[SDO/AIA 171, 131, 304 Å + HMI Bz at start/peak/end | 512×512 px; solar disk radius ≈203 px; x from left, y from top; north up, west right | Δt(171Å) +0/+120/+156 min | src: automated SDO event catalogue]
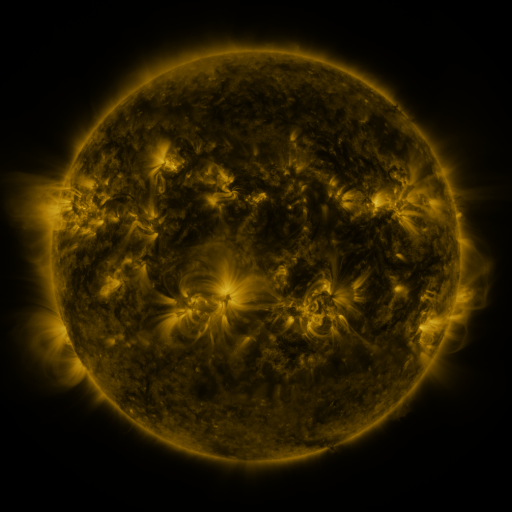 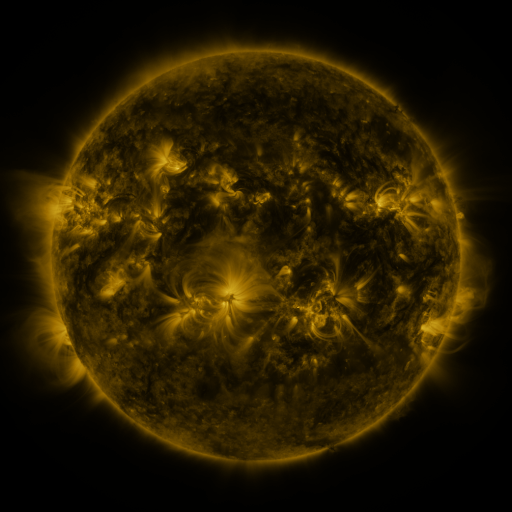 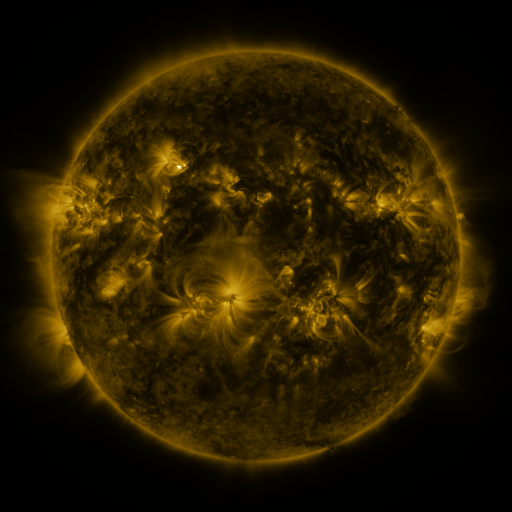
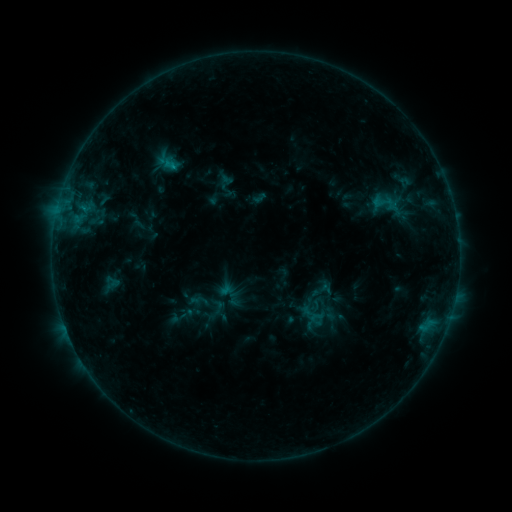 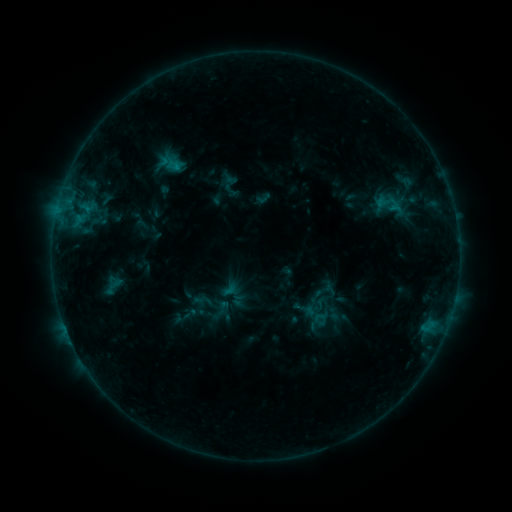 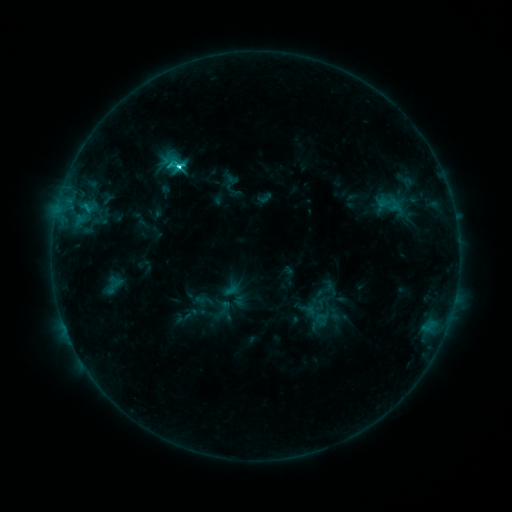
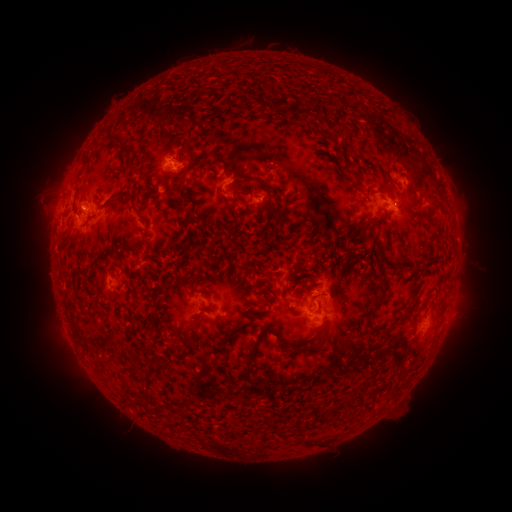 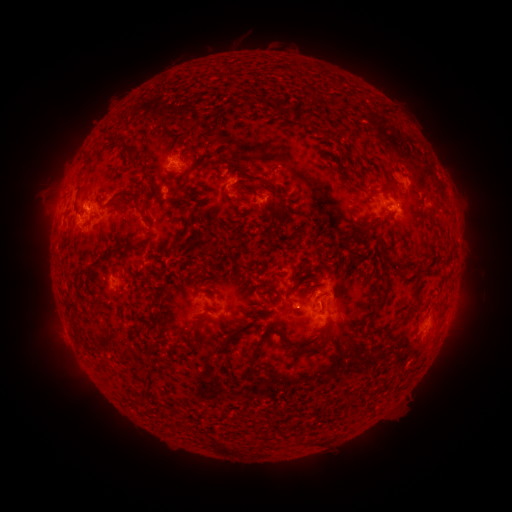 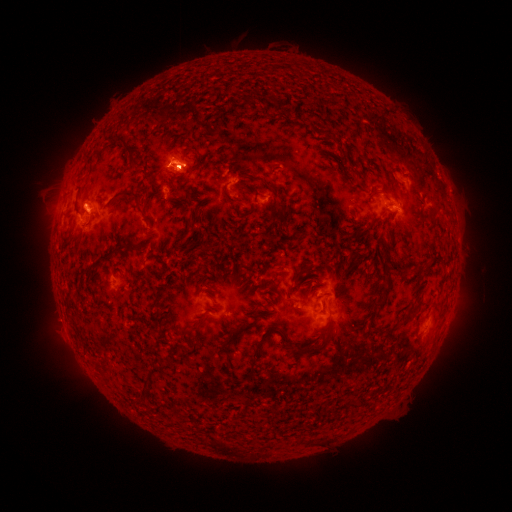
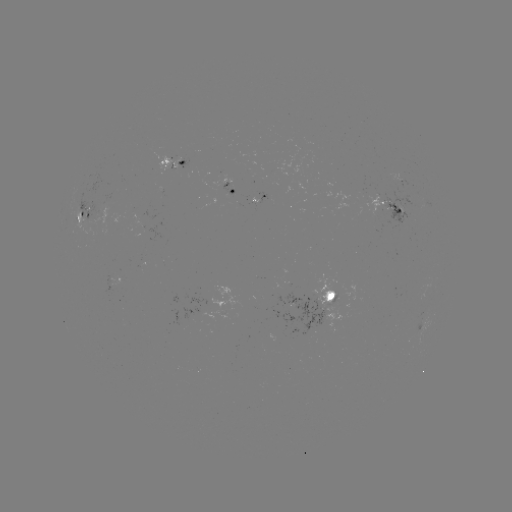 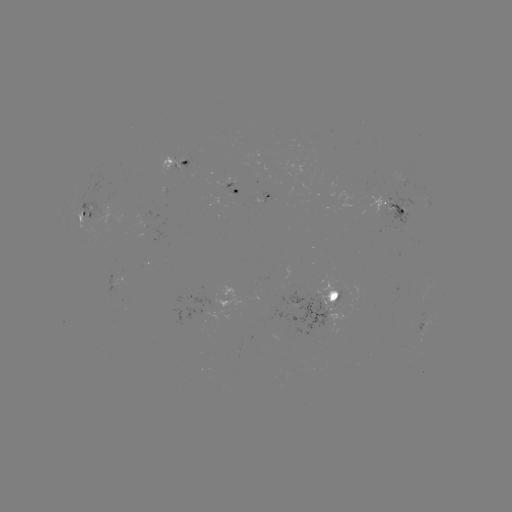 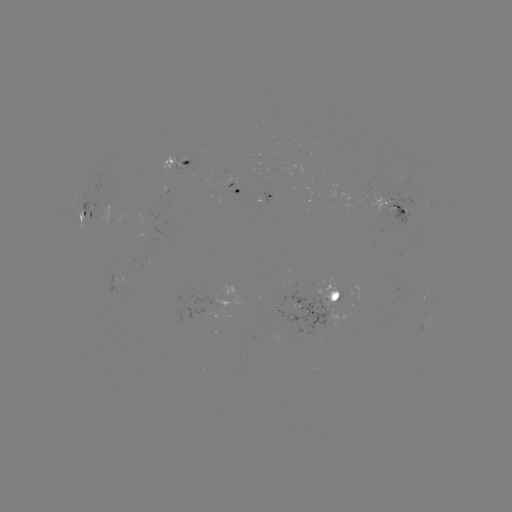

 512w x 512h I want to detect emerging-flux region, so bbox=[216, 310, 232, 320].